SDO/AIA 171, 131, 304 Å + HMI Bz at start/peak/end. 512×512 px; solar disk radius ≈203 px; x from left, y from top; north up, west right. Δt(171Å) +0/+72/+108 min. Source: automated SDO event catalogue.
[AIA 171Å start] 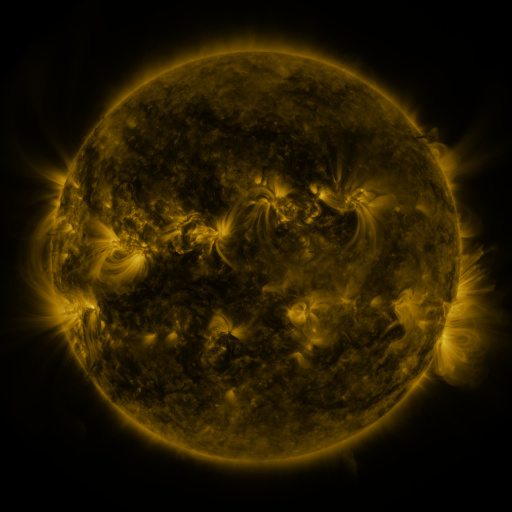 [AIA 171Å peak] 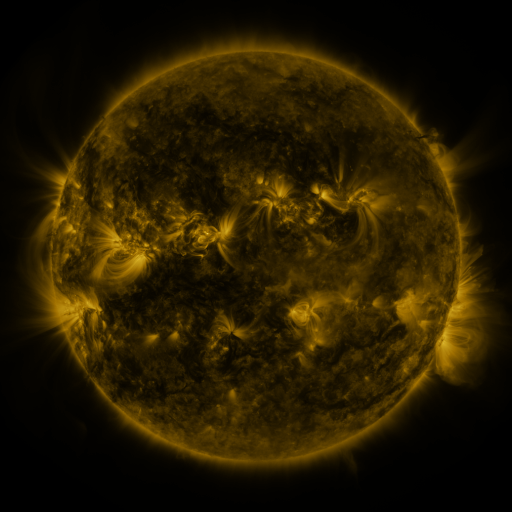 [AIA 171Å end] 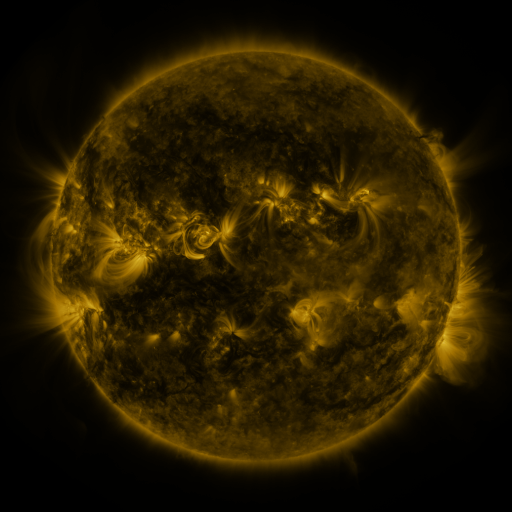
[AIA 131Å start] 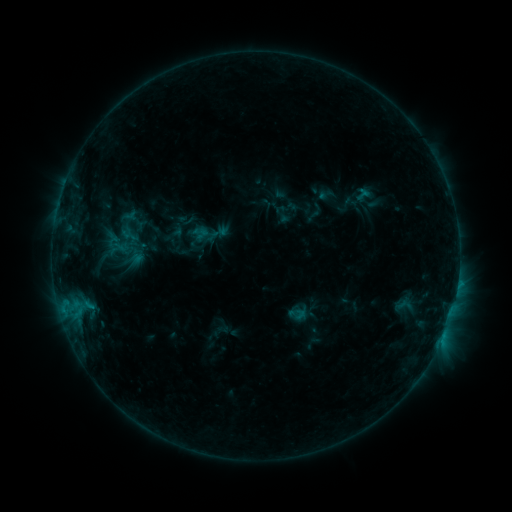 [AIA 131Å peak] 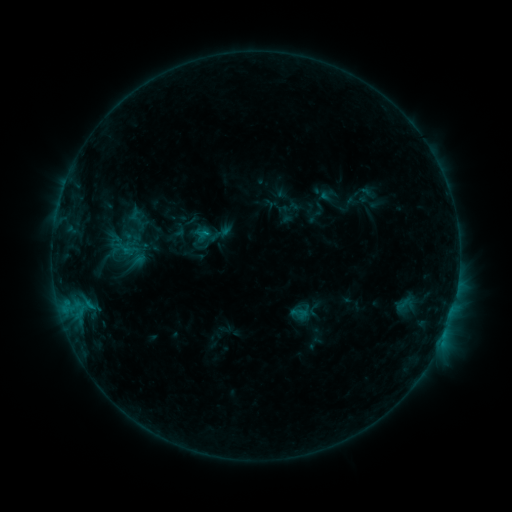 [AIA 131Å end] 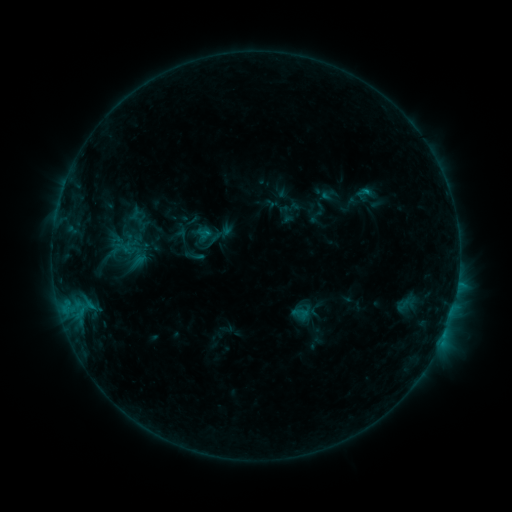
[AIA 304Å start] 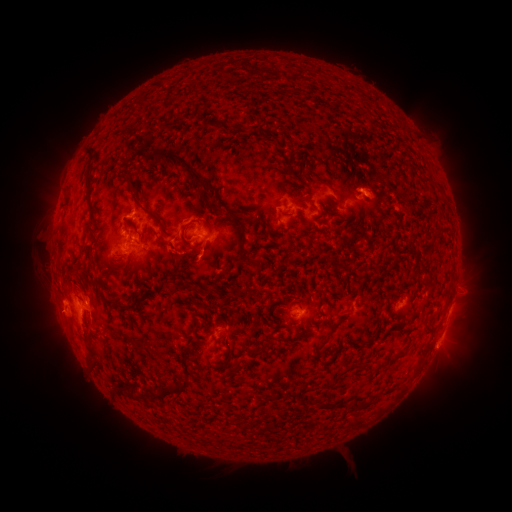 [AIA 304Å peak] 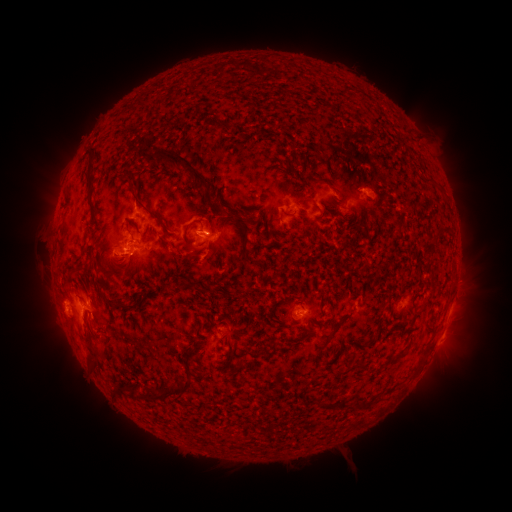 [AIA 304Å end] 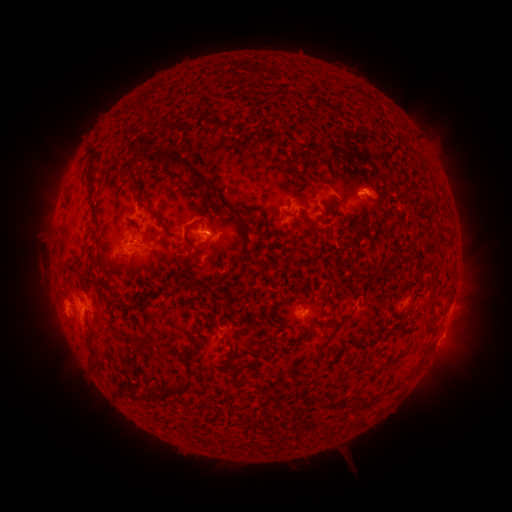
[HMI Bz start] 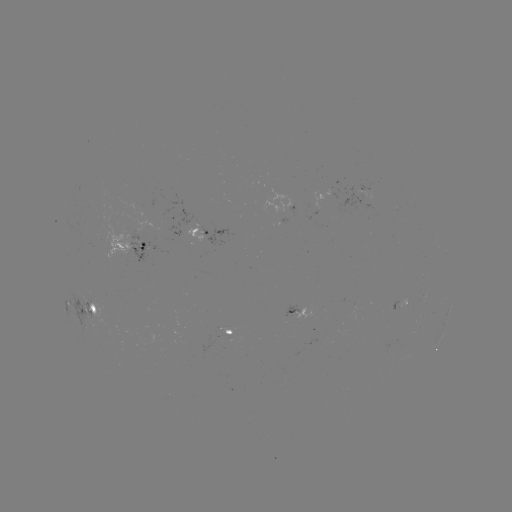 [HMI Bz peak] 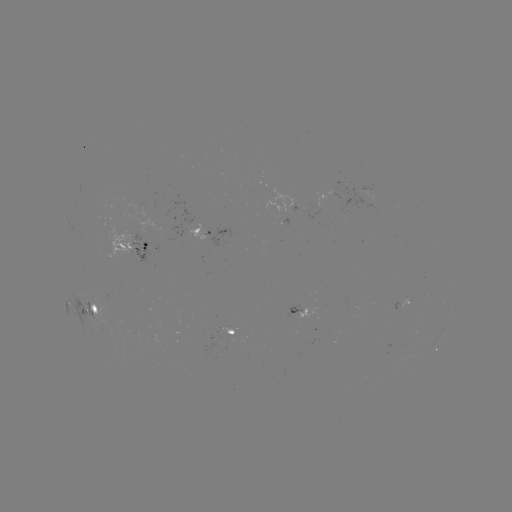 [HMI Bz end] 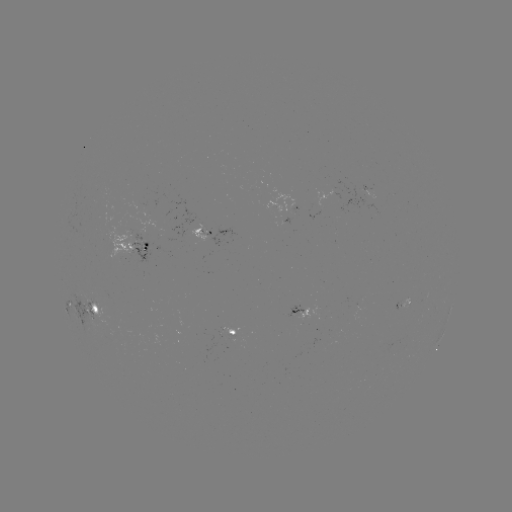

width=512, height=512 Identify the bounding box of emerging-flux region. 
[313, 186, 343, 209].